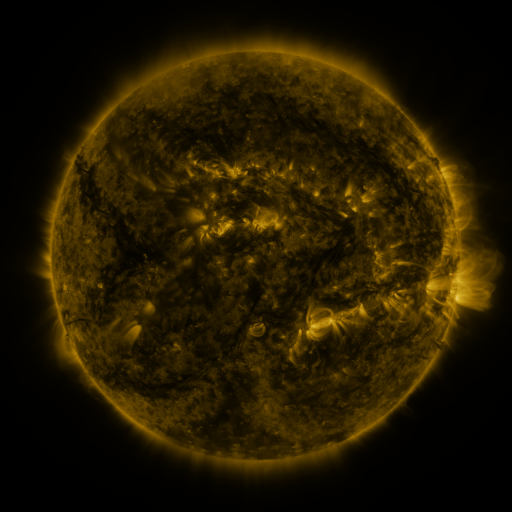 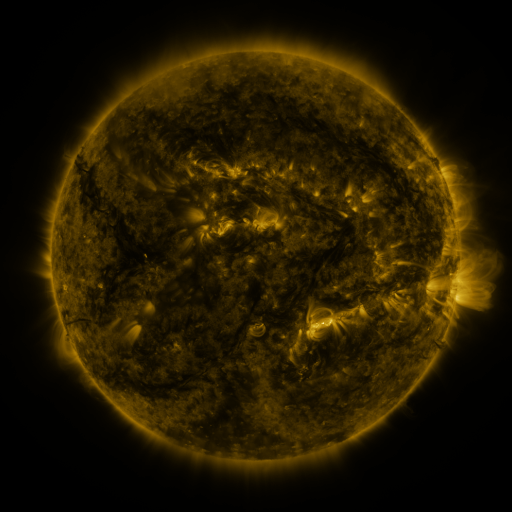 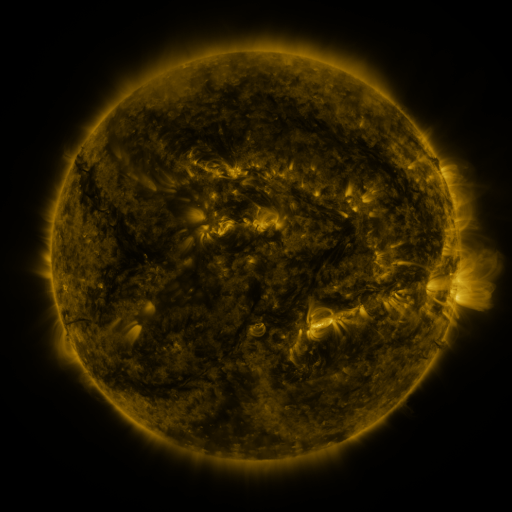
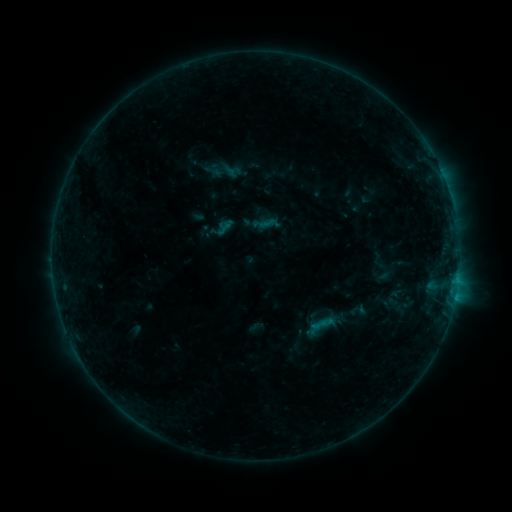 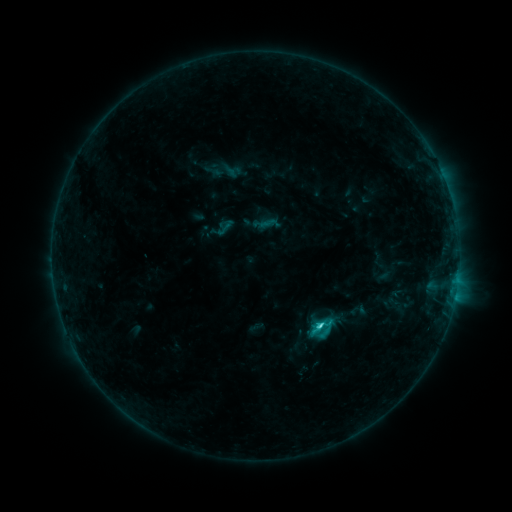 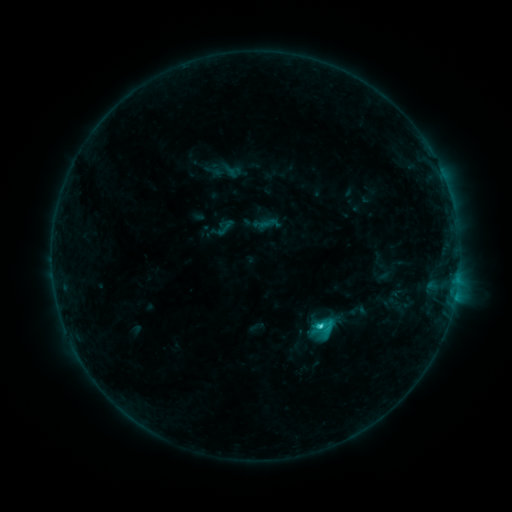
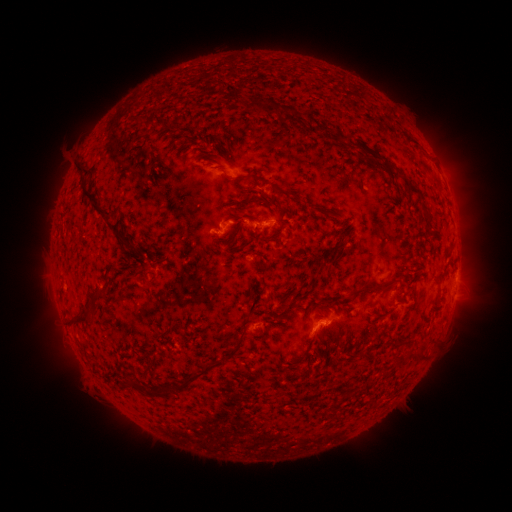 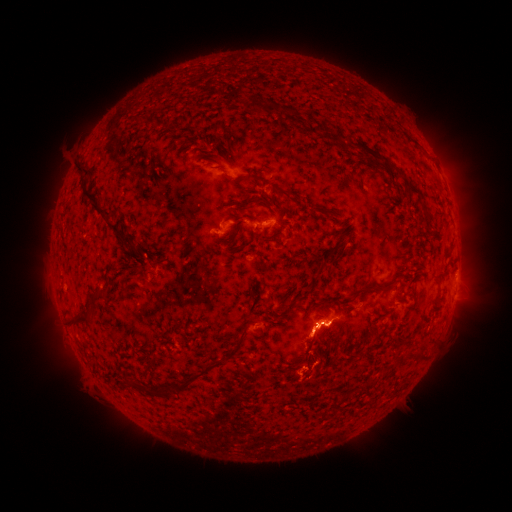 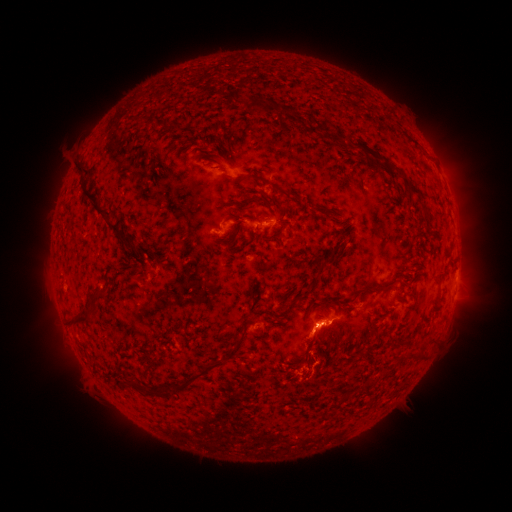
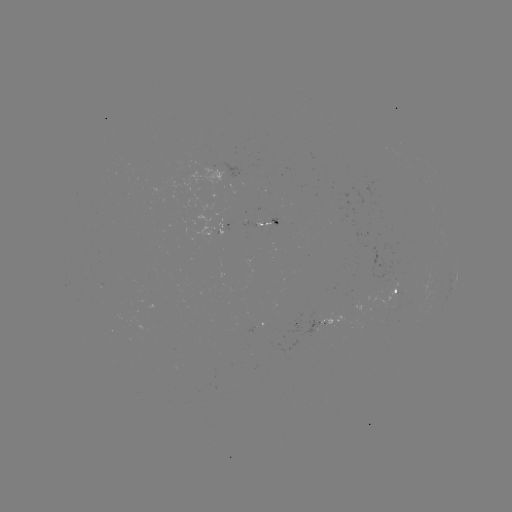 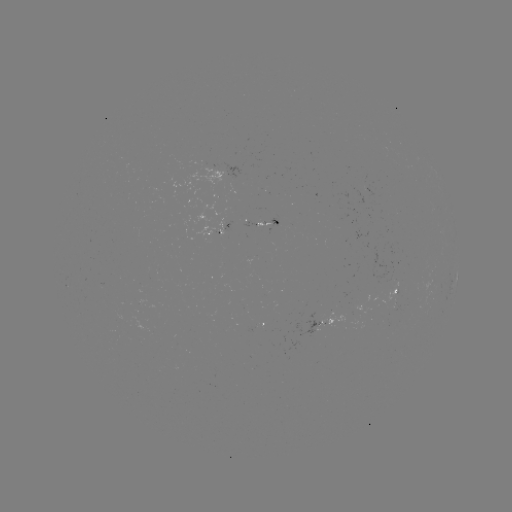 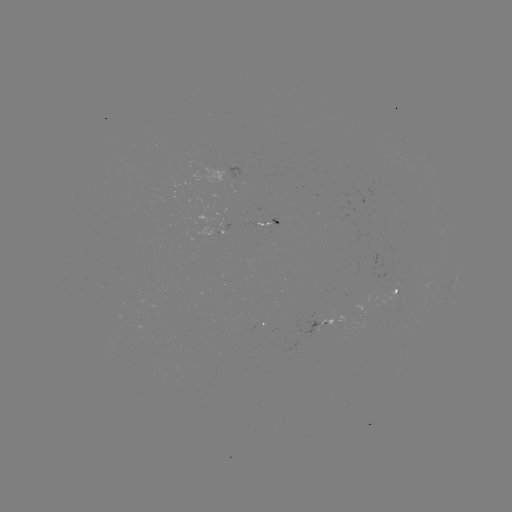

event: flare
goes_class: C2.0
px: (318, 323)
